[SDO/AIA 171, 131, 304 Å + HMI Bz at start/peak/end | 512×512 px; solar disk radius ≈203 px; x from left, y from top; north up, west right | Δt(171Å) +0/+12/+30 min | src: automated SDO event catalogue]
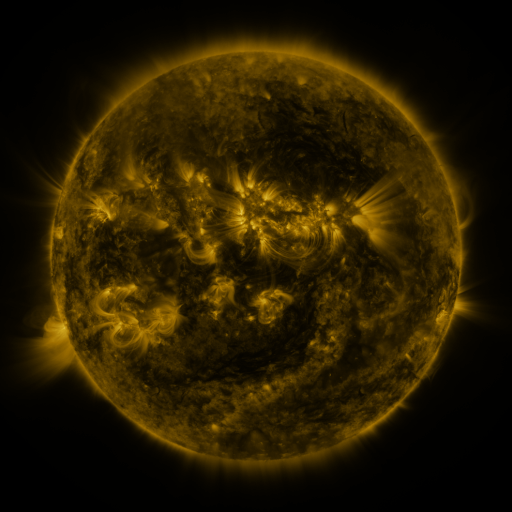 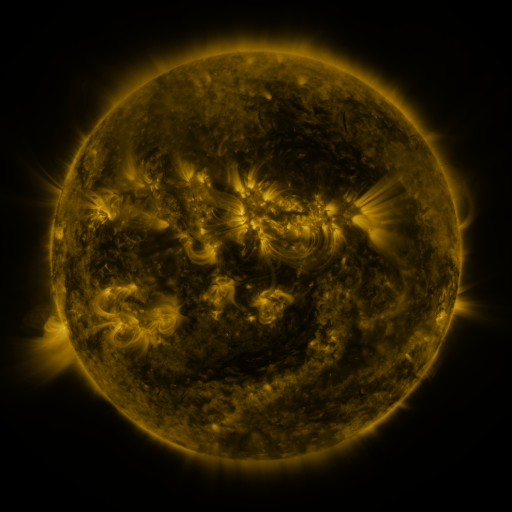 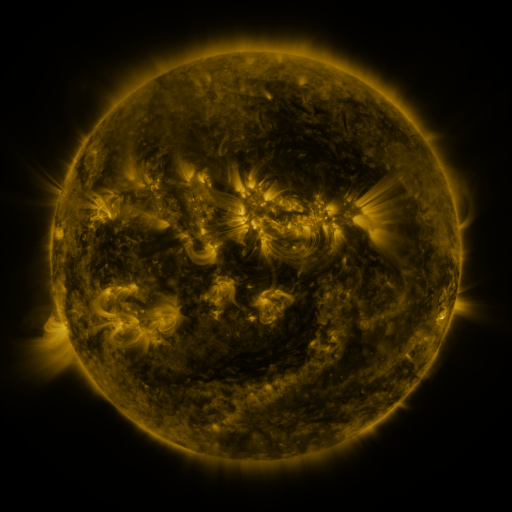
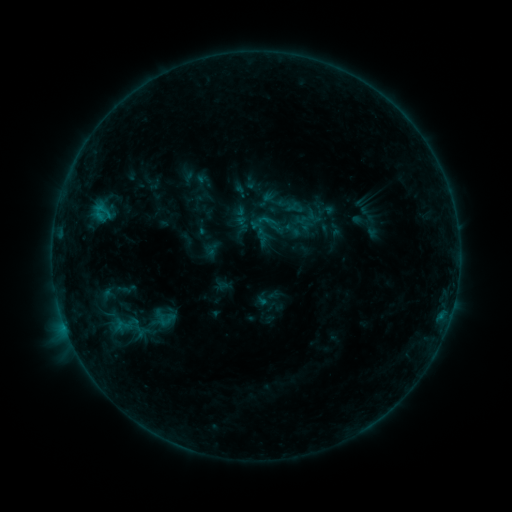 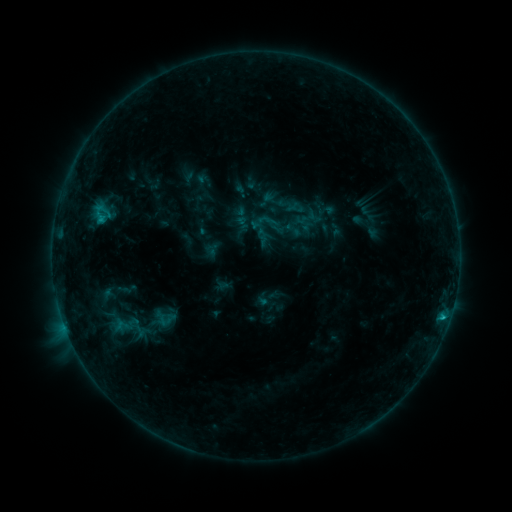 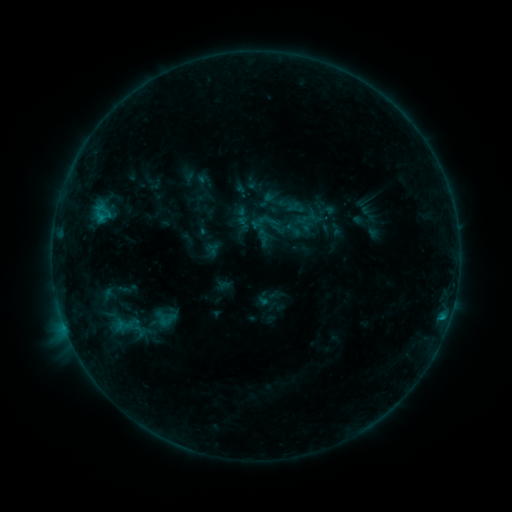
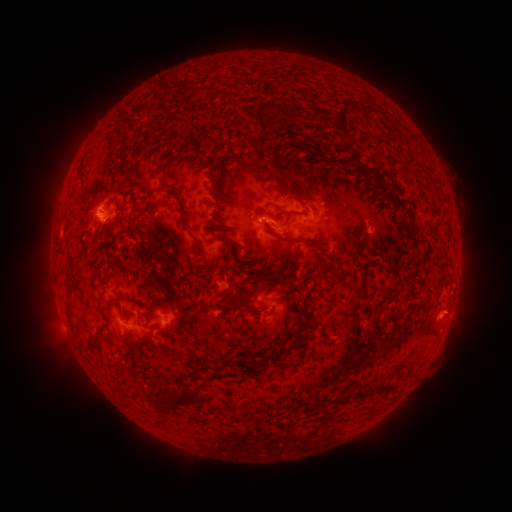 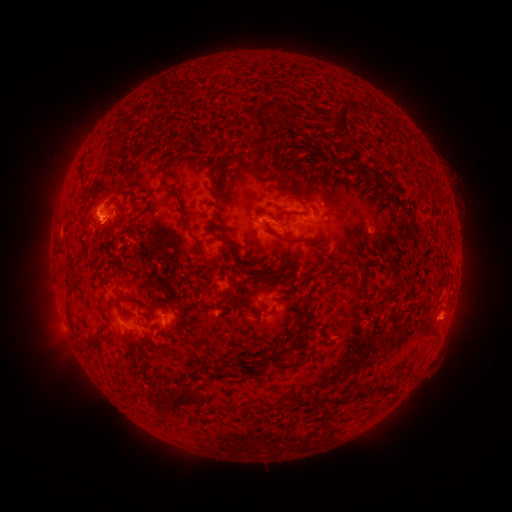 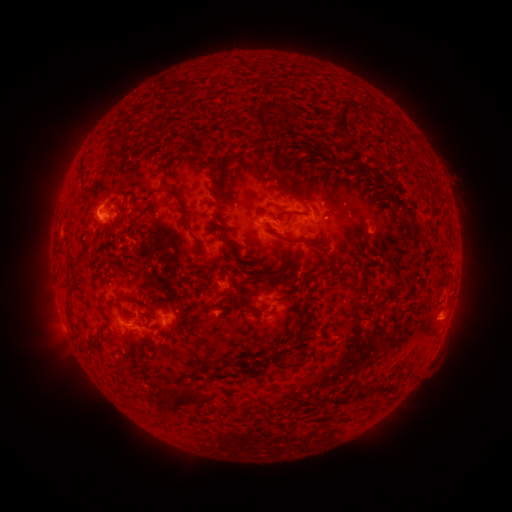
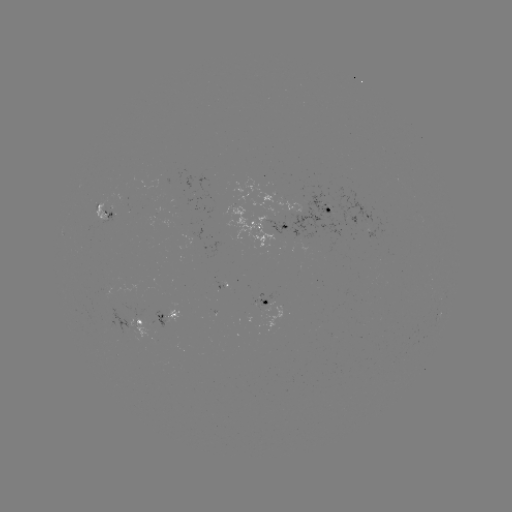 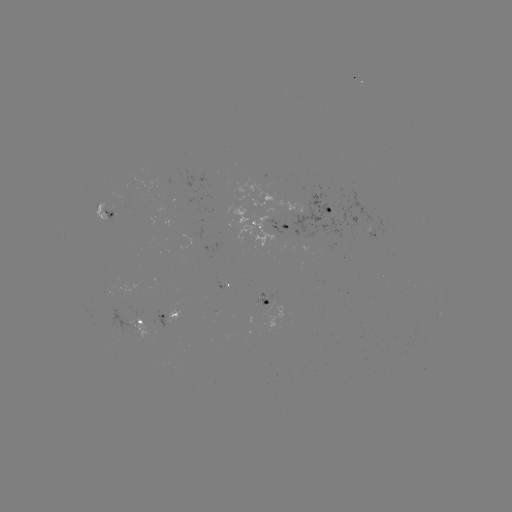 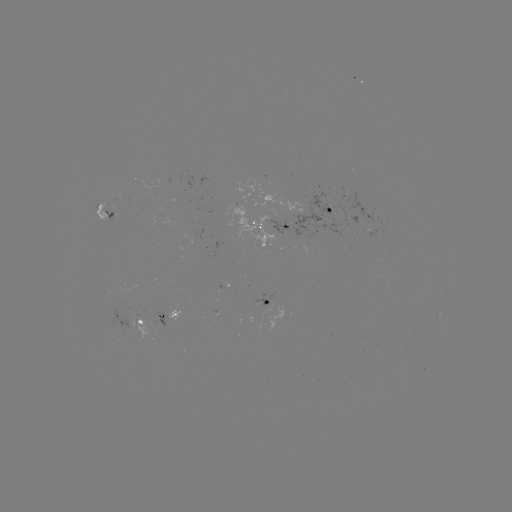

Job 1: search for B9.4 flare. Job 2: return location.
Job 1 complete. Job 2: [443, 315].